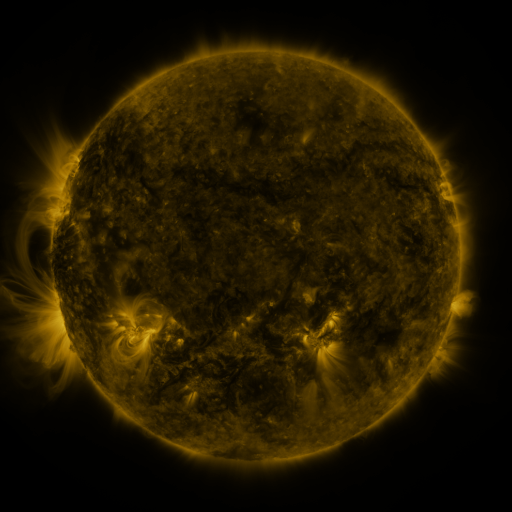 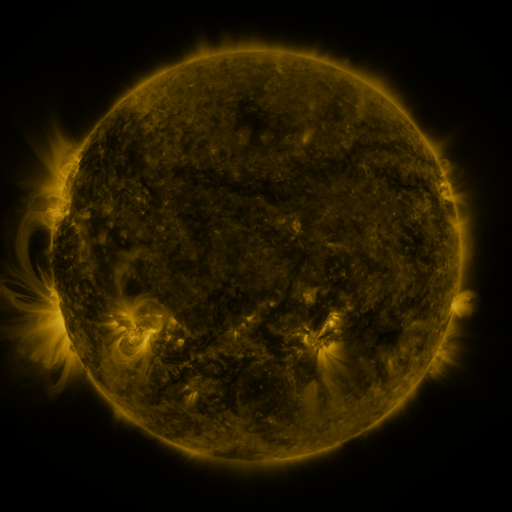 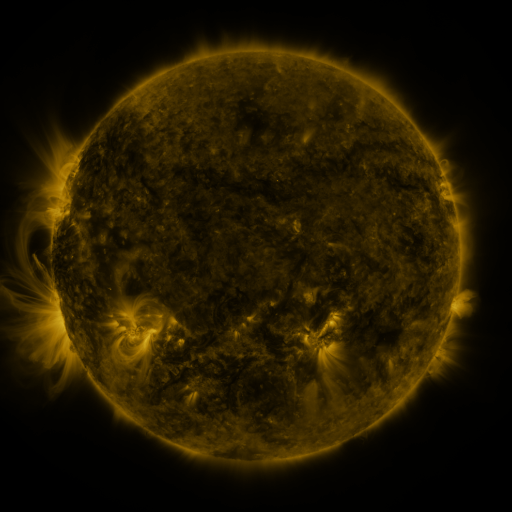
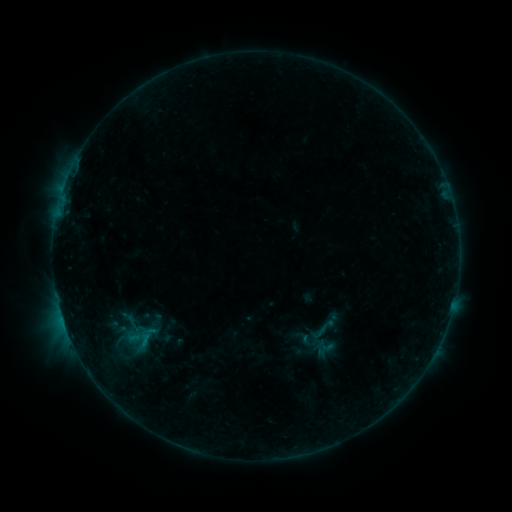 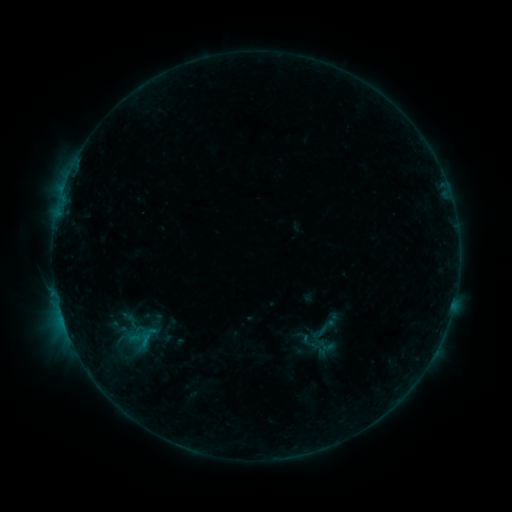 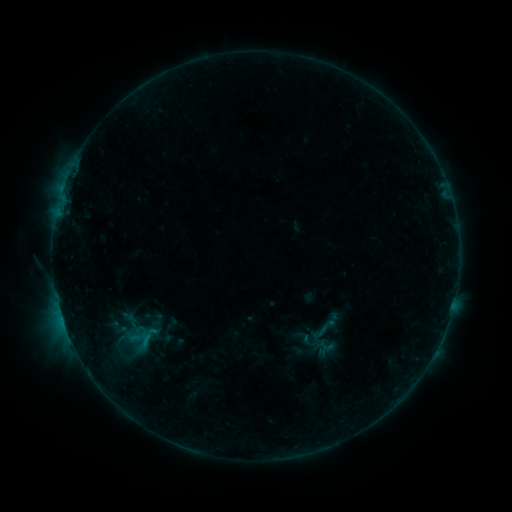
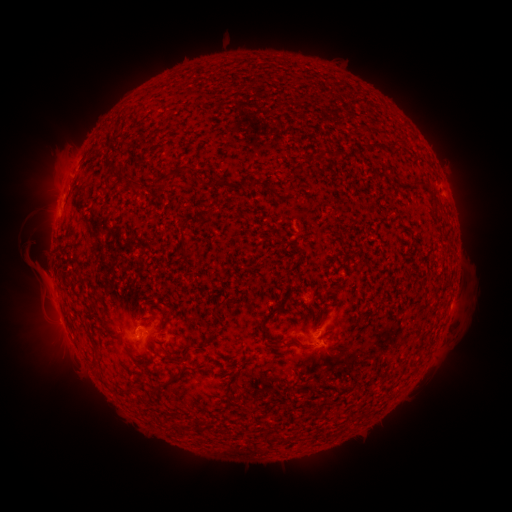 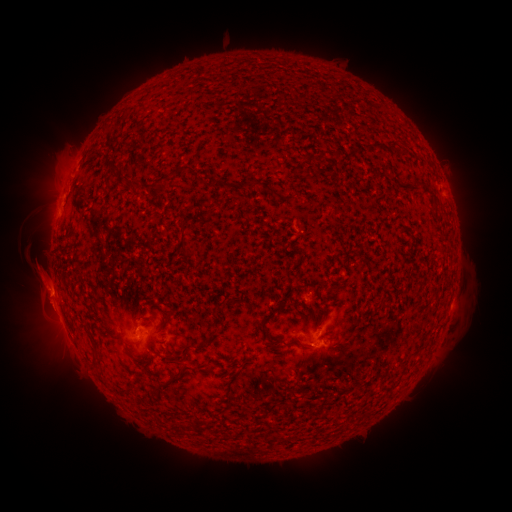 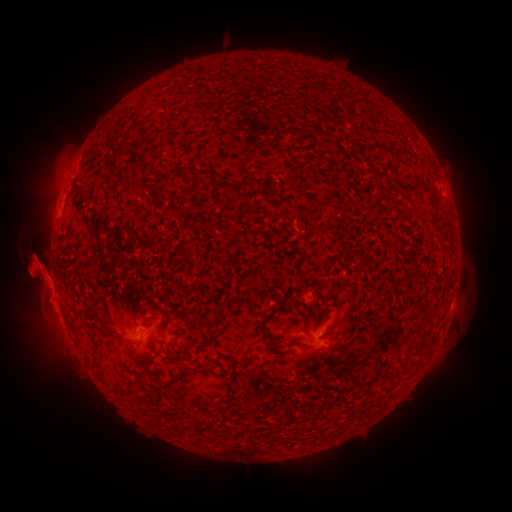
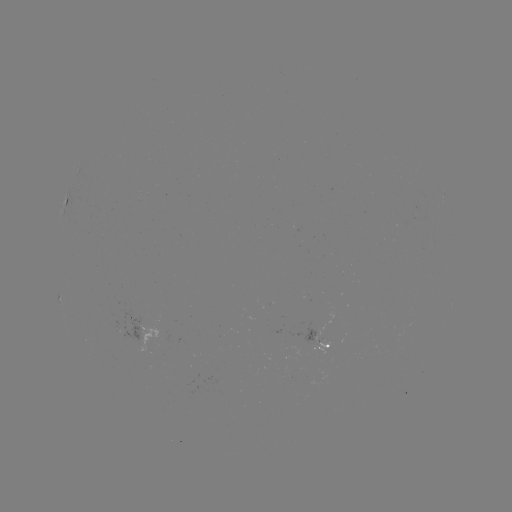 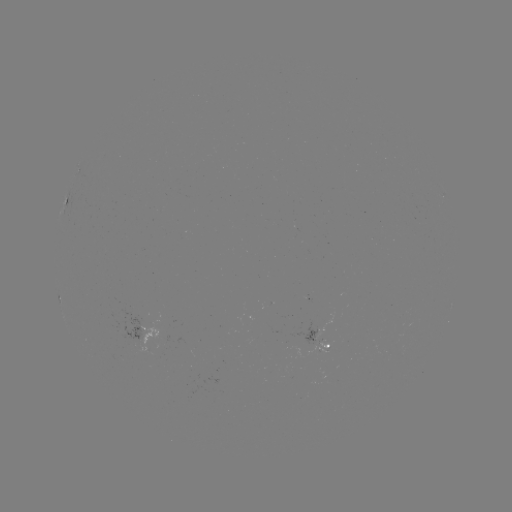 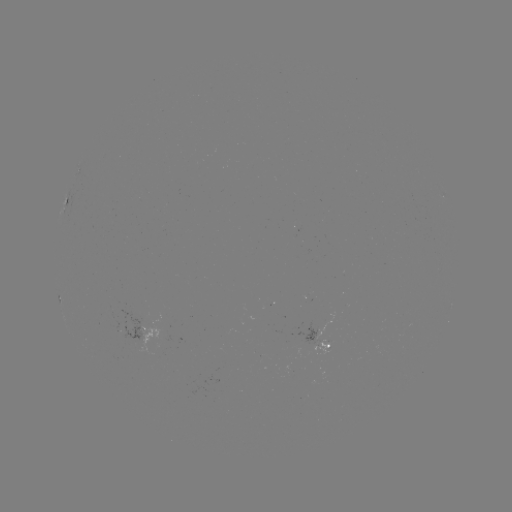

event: eruption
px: (39, 280)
